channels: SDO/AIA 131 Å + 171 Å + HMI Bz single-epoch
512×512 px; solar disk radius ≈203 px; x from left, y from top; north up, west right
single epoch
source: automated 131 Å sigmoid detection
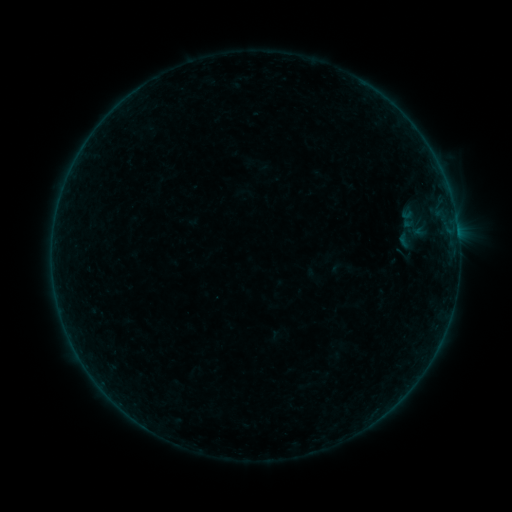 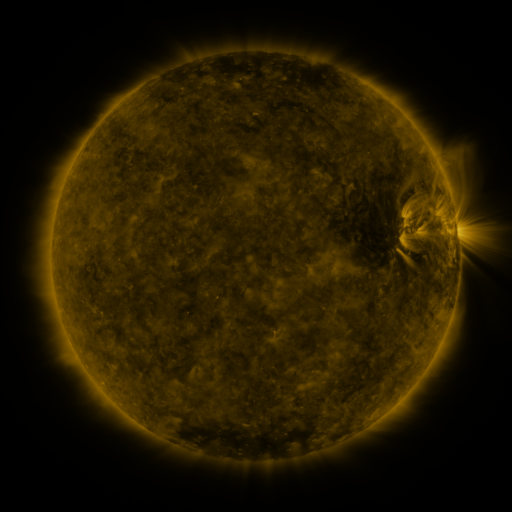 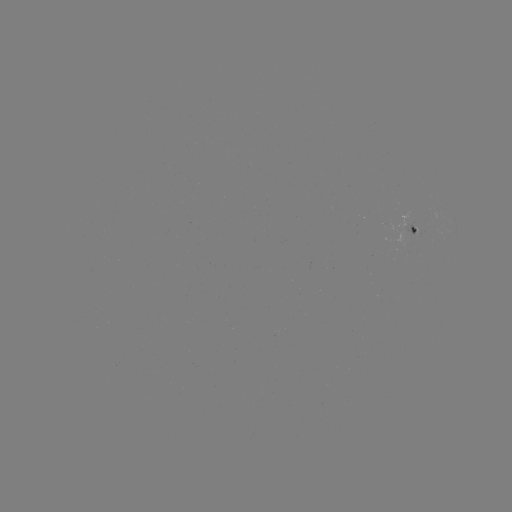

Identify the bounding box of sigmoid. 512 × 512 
[388, 202, 436, 246].